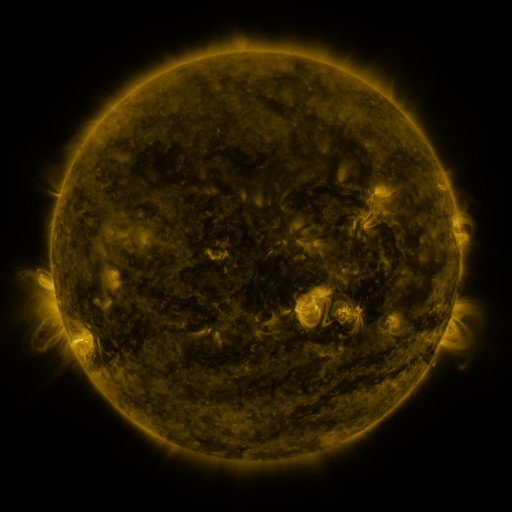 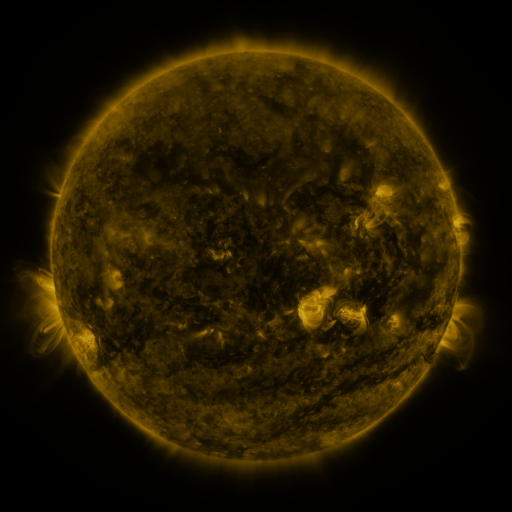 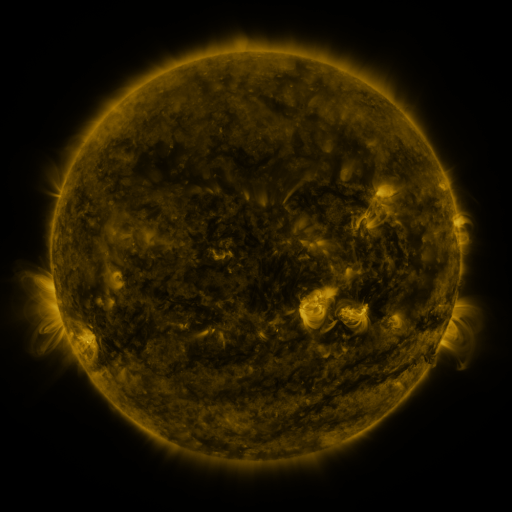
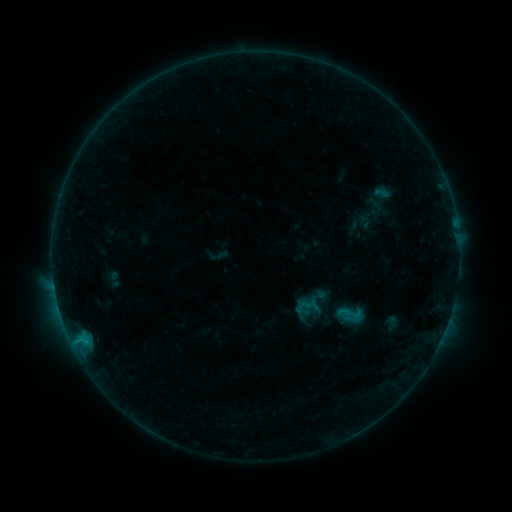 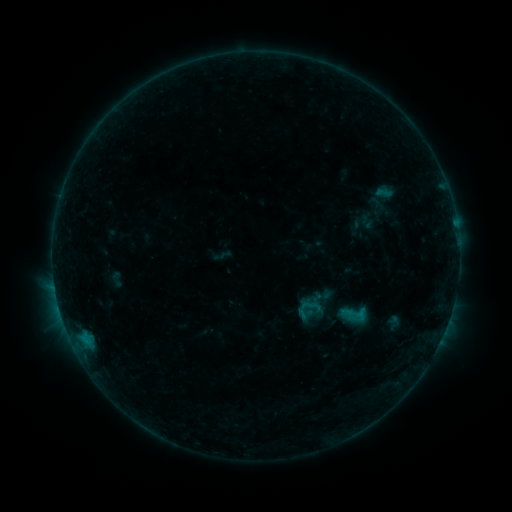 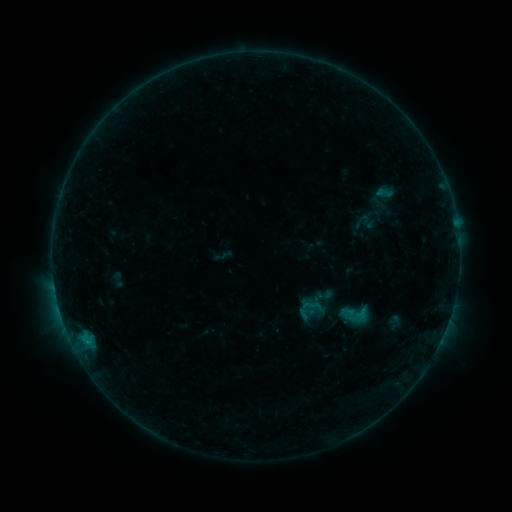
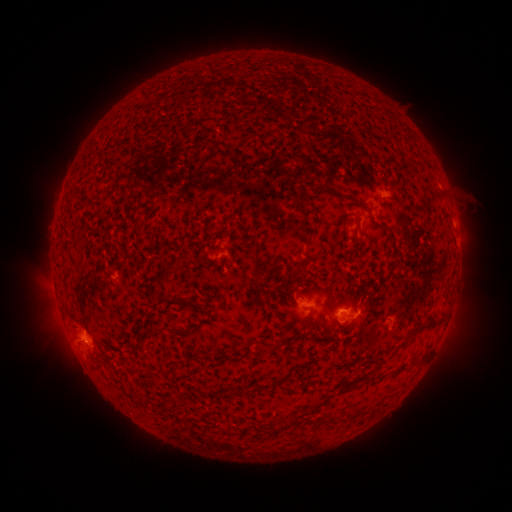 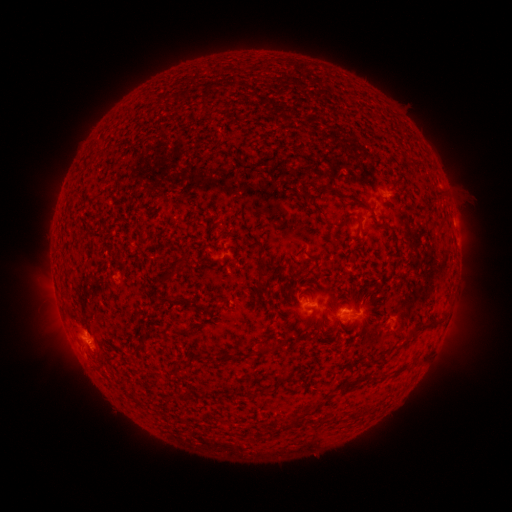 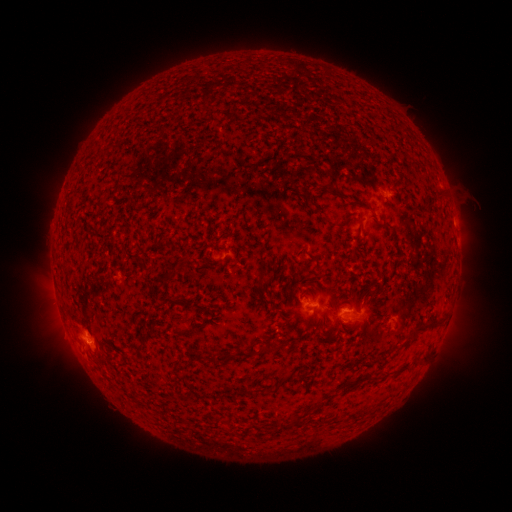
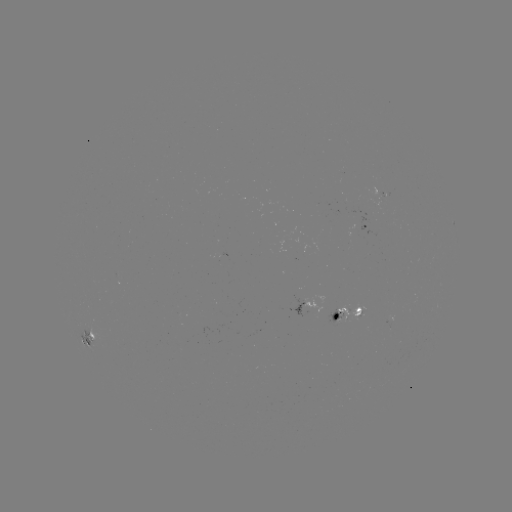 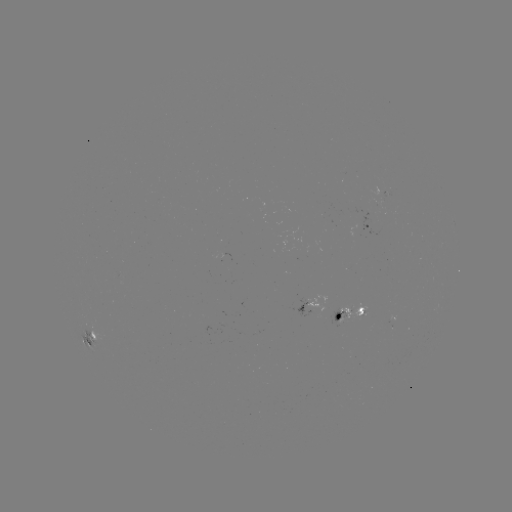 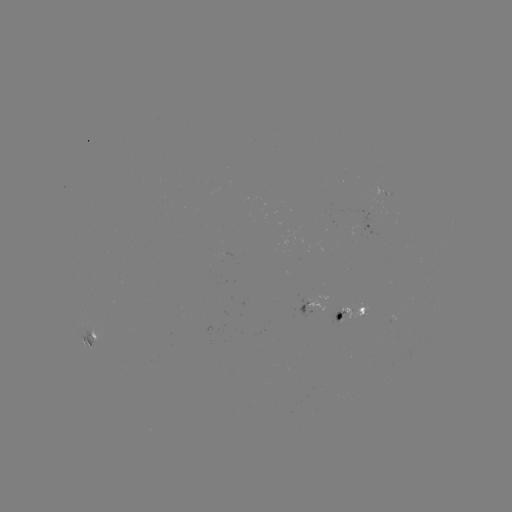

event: emerging-flux region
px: (382, 191)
